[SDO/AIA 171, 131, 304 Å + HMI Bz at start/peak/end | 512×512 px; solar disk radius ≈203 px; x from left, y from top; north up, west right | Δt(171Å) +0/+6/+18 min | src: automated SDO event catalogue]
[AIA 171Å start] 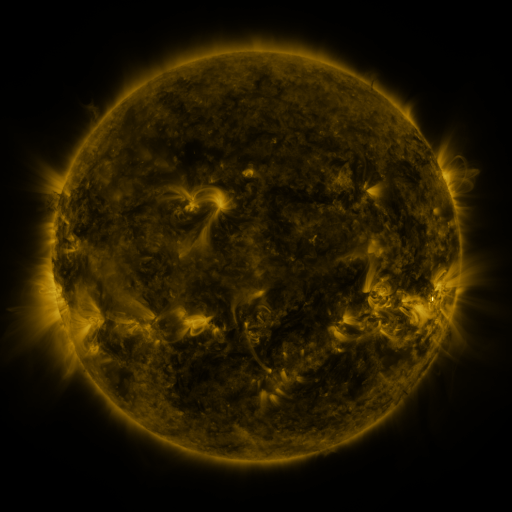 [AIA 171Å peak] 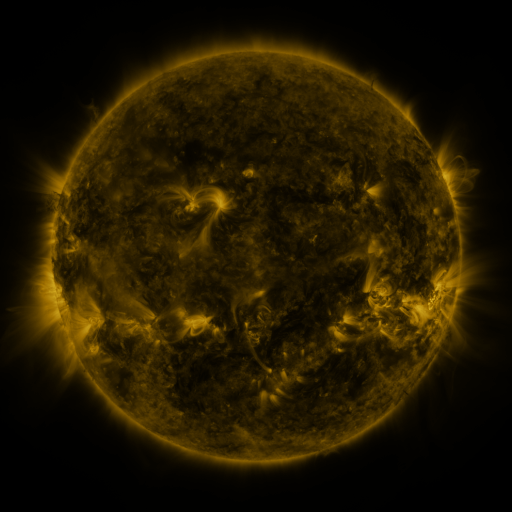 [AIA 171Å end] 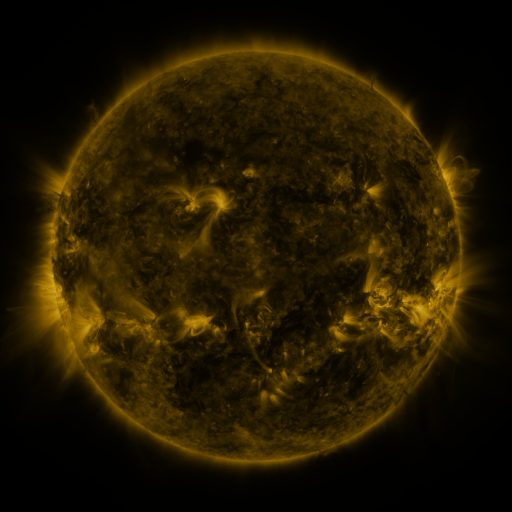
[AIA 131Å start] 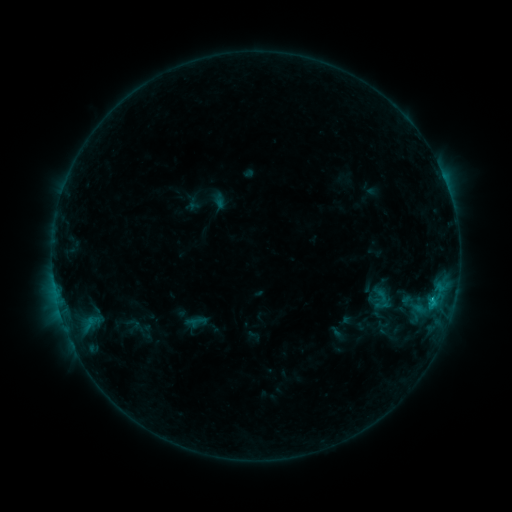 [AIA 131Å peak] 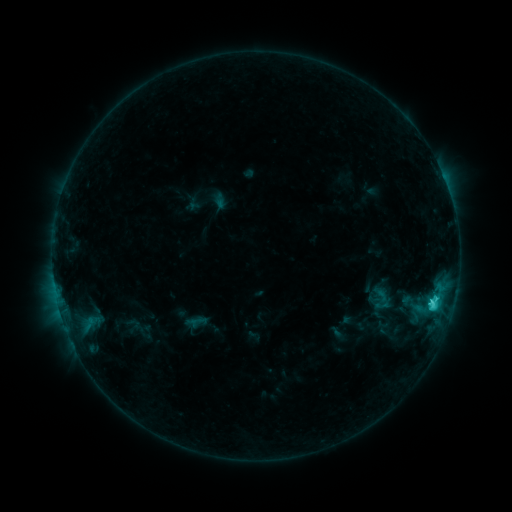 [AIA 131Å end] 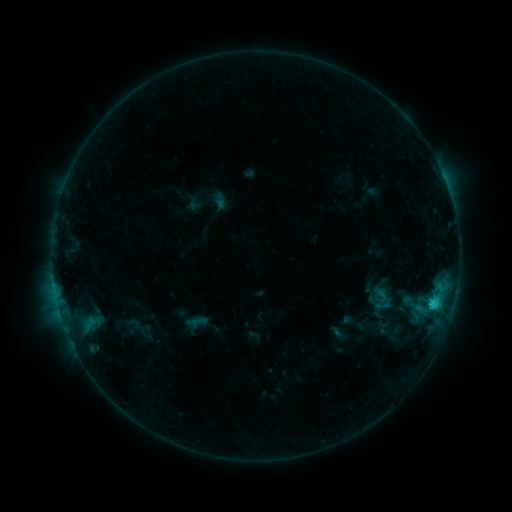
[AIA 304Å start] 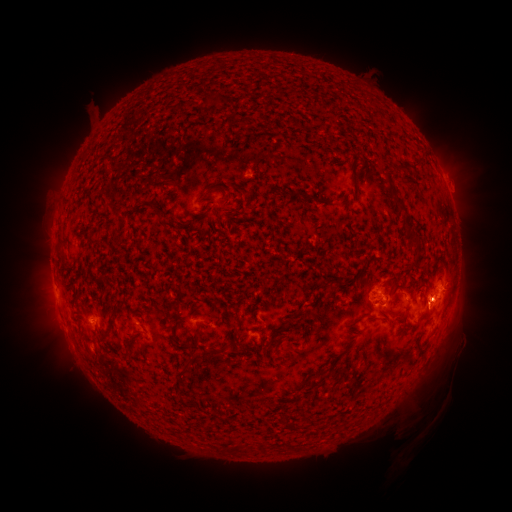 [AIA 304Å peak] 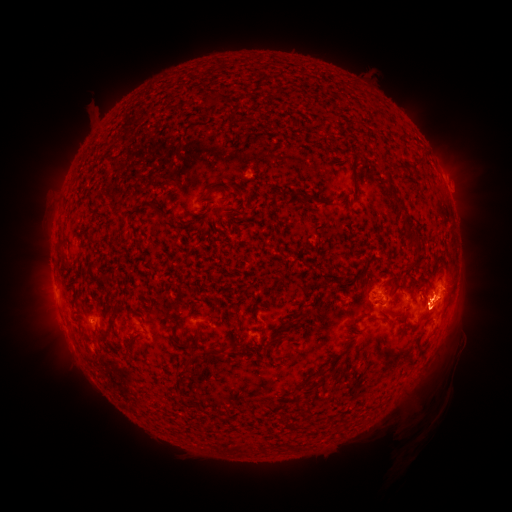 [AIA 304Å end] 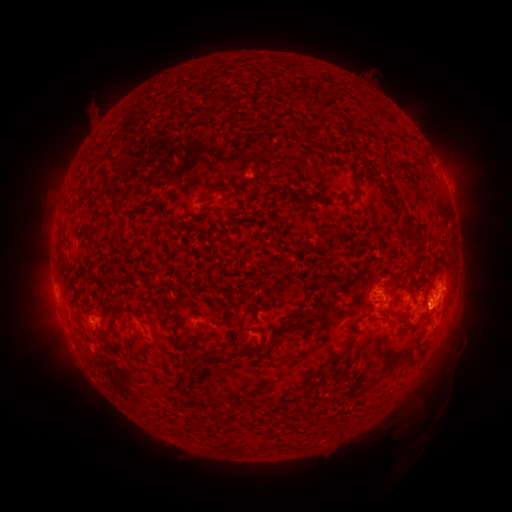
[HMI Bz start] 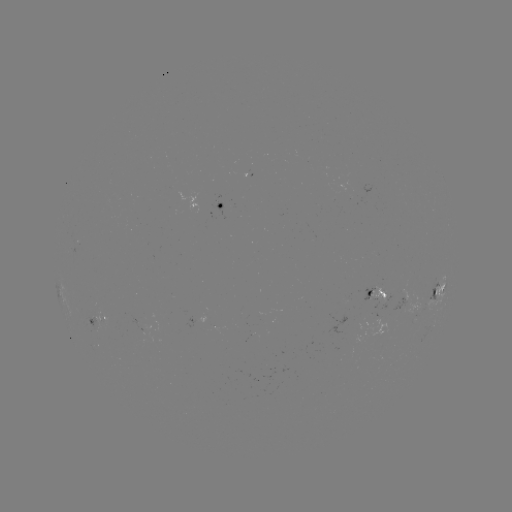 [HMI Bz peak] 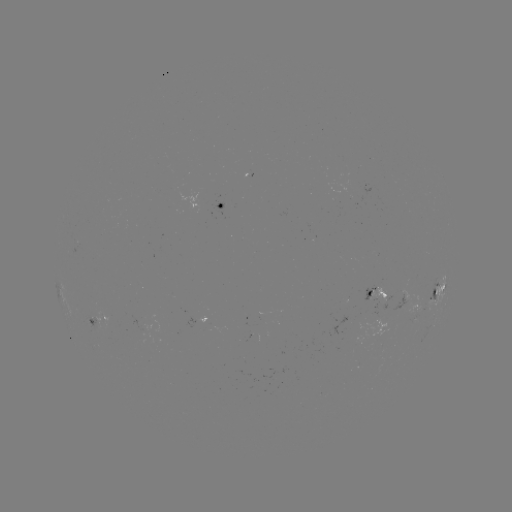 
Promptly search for C3.2 flare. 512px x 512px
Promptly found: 433,300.